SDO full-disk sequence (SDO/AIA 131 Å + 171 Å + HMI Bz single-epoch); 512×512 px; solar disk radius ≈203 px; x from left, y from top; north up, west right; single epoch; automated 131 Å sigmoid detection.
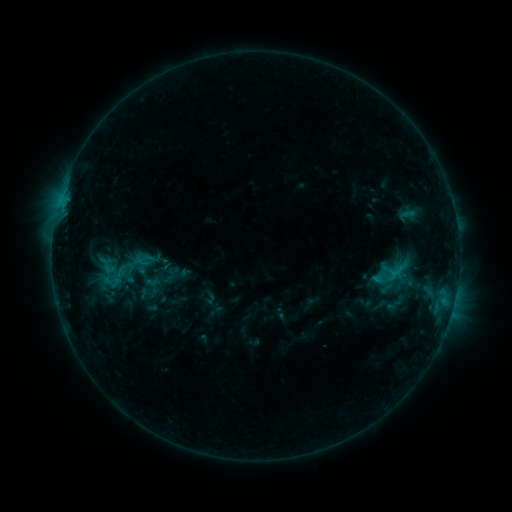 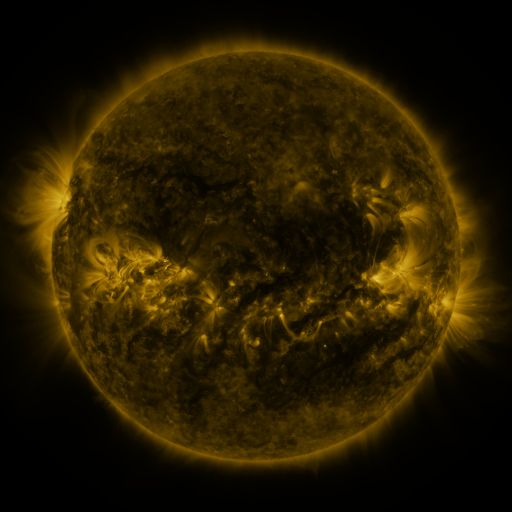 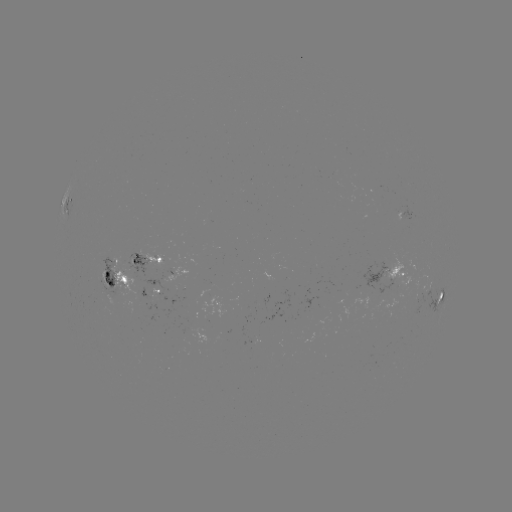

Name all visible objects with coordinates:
sigmoid: (144, 260)
sigmoid: (109, 275)
